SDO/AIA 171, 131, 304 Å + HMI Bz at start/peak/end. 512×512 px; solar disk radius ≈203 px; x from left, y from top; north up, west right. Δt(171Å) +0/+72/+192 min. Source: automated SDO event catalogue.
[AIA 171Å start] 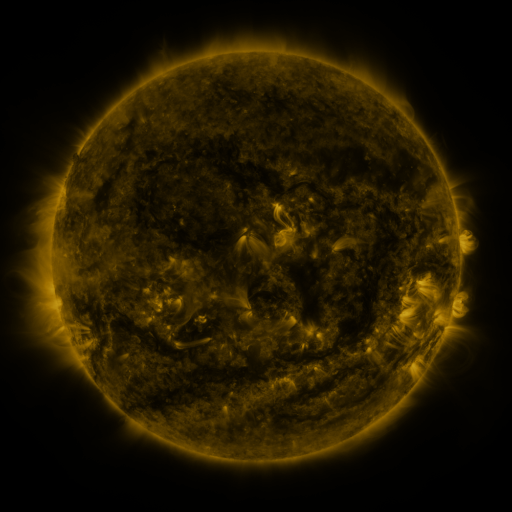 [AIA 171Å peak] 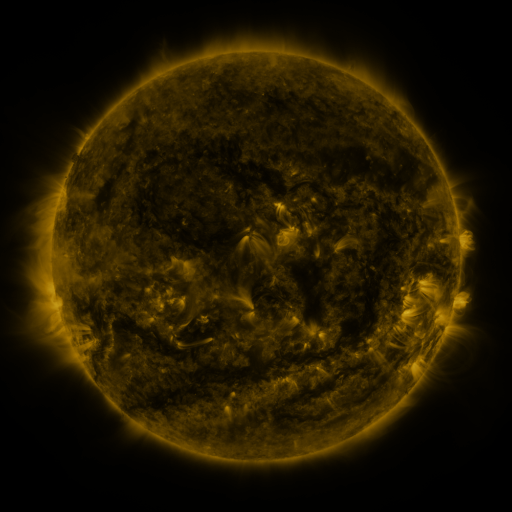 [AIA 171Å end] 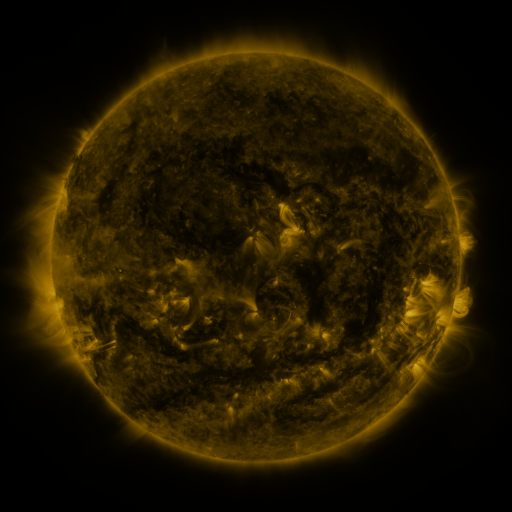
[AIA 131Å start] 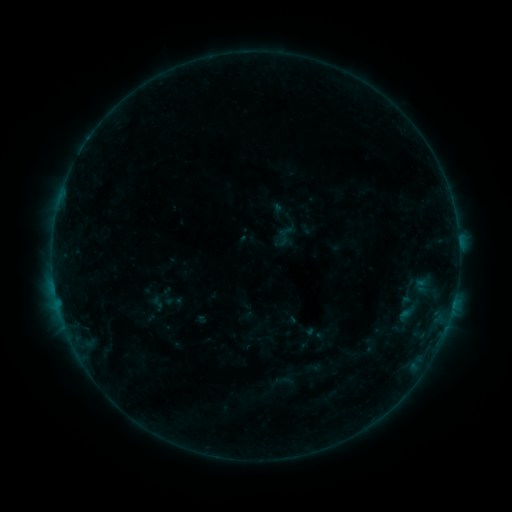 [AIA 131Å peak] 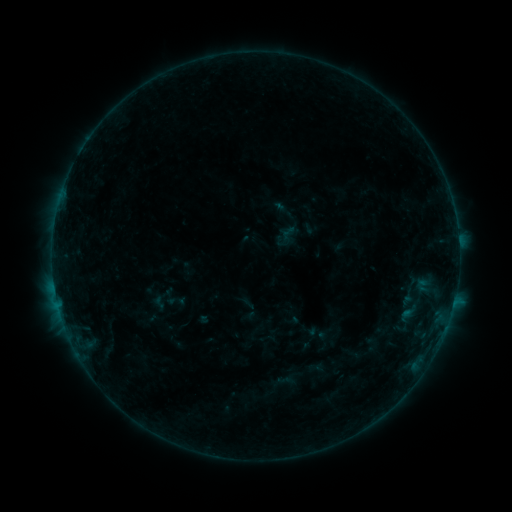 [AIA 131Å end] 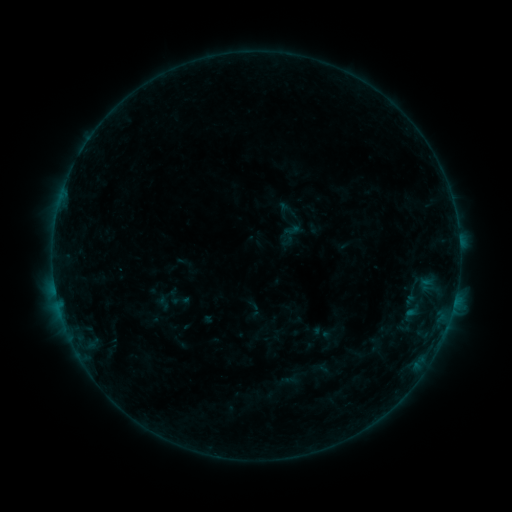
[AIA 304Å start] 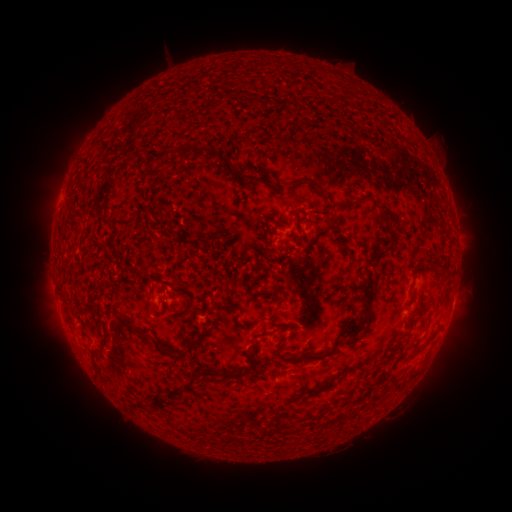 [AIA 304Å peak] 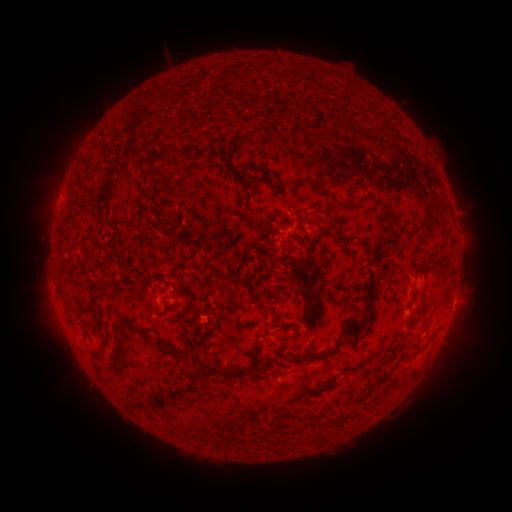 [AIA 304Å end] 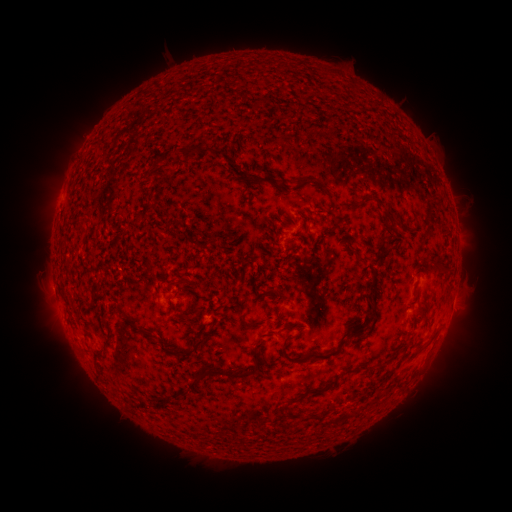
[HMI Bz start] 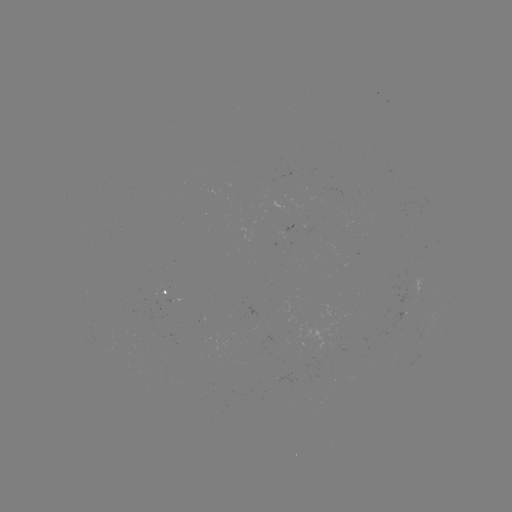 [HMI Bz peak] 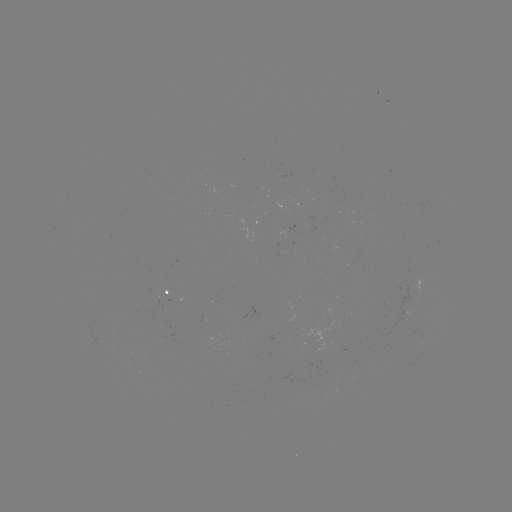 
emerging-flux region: (309, 306, 340, 366)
